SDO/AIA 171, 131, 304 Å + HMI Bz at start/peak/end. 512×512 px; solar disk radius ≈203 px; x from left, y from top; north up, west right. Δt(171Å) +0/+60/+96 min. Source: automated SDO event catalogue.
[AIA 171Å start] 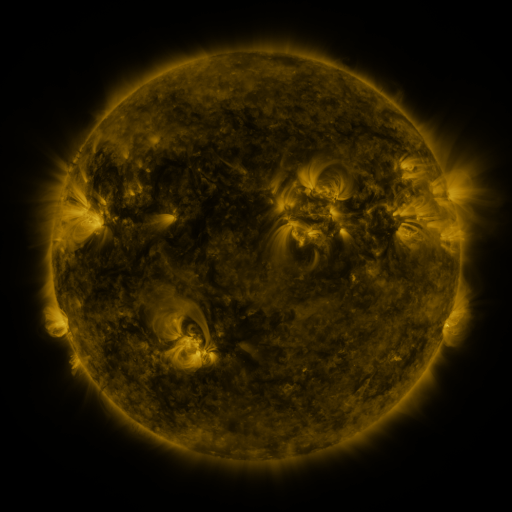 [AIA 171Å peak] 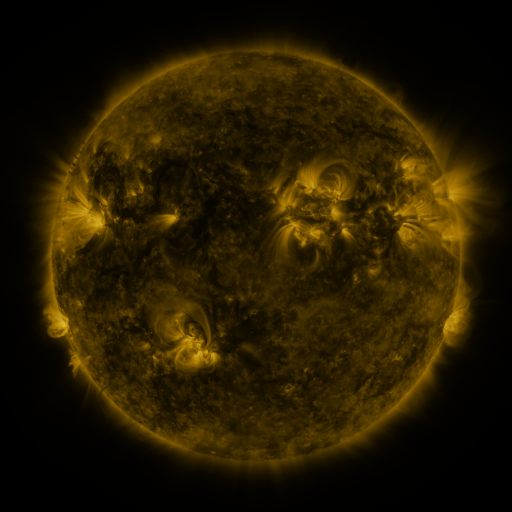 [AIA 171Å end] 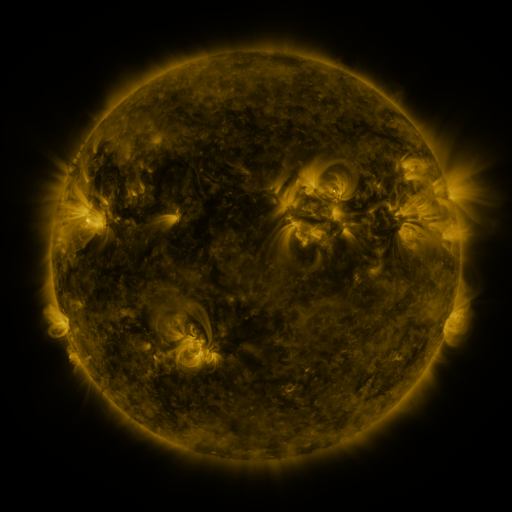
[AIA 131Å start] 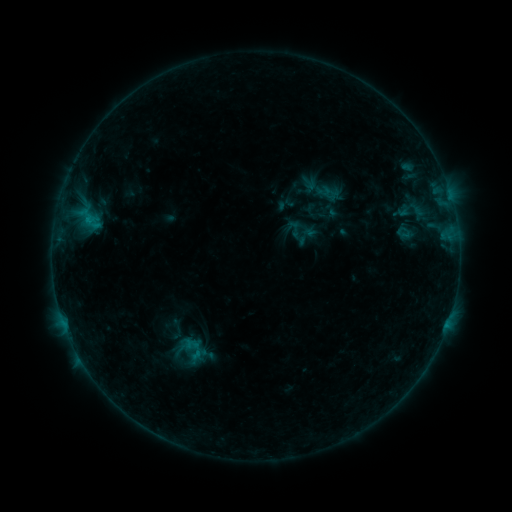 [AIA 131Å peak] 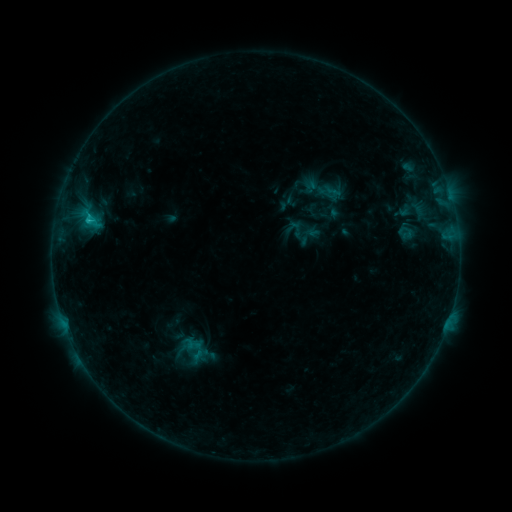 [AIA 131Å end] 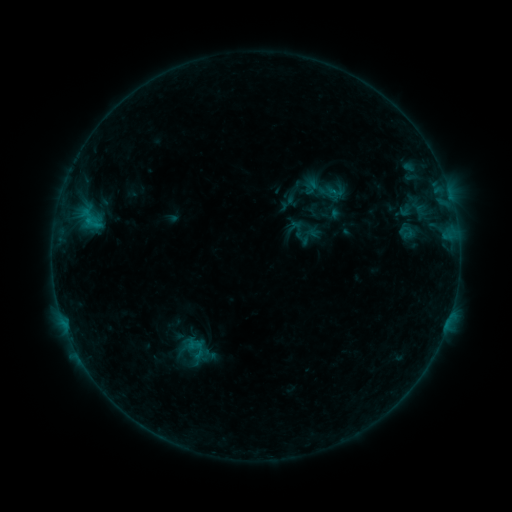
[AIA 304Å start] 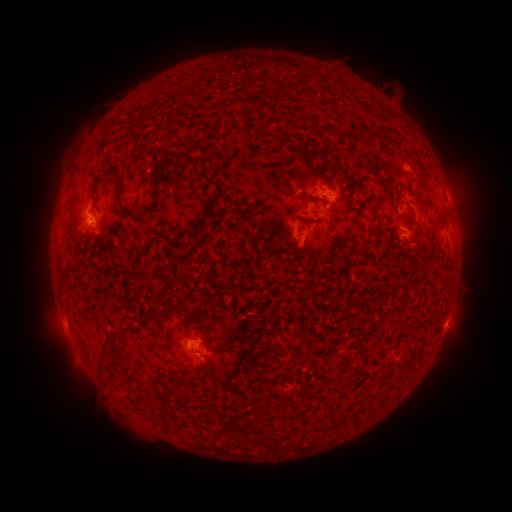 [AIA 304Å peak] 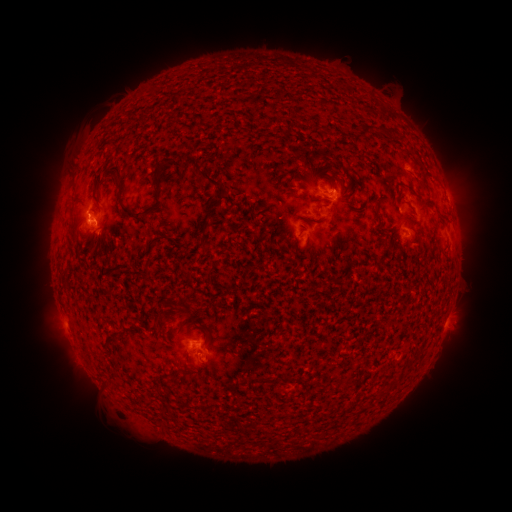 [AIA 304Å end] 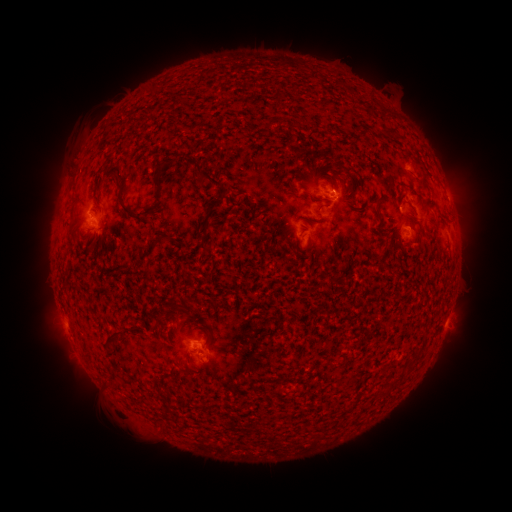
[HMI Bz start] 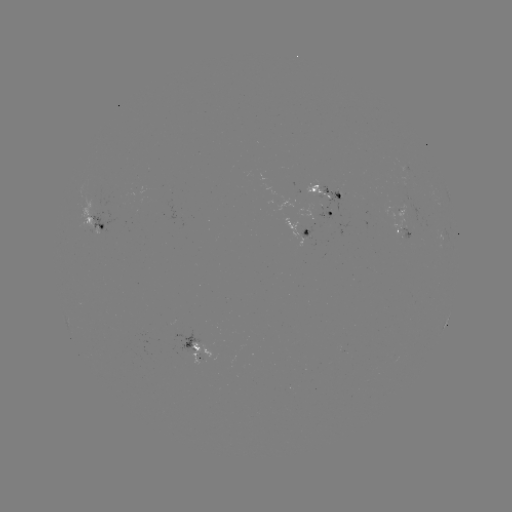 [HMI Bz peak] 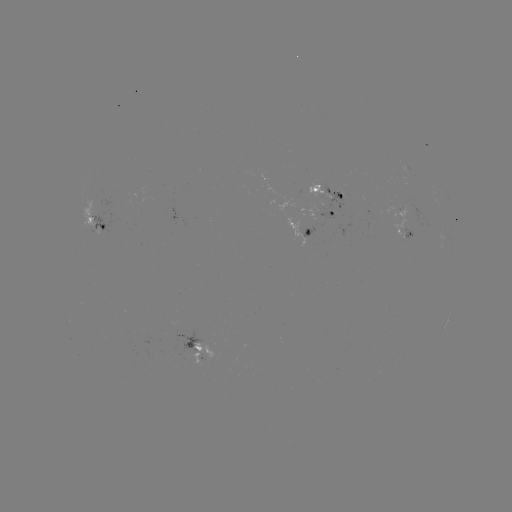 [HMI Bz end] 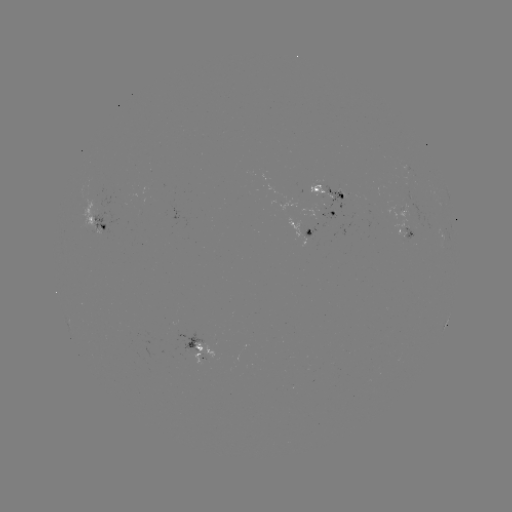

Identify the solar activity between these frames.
emerging-flux region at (407, 189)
